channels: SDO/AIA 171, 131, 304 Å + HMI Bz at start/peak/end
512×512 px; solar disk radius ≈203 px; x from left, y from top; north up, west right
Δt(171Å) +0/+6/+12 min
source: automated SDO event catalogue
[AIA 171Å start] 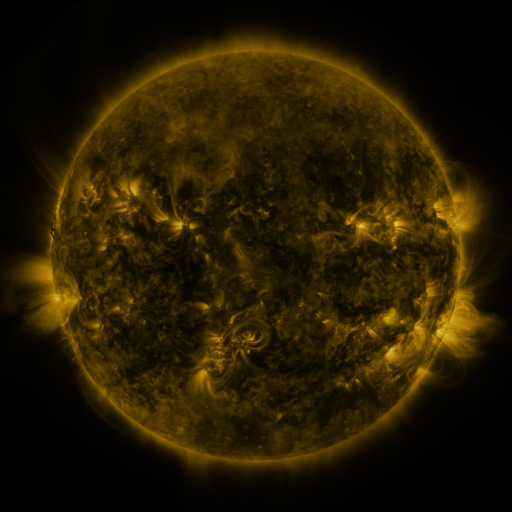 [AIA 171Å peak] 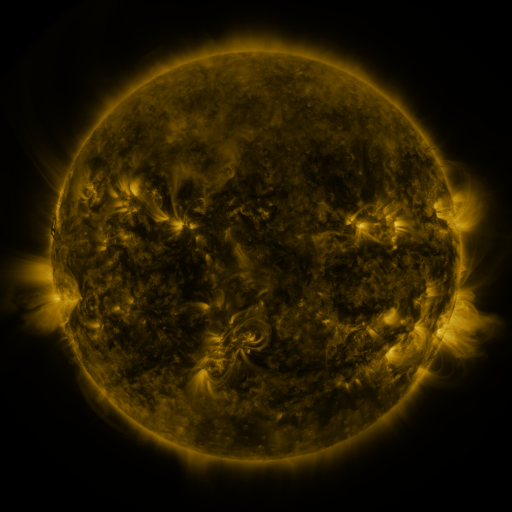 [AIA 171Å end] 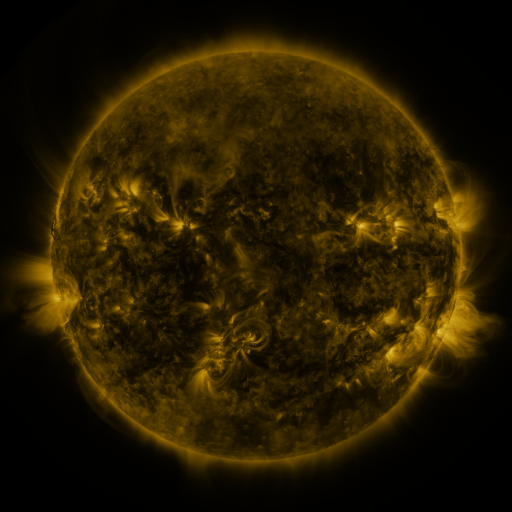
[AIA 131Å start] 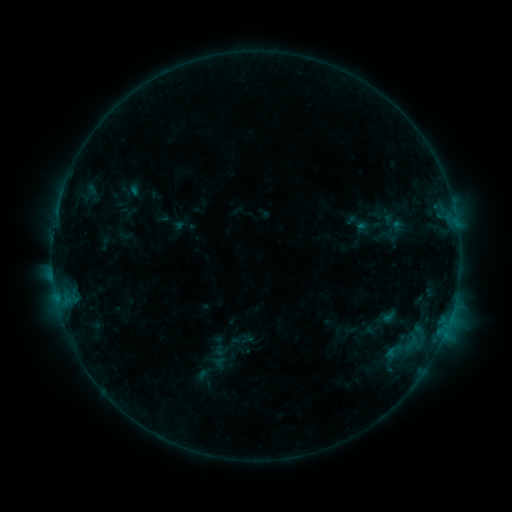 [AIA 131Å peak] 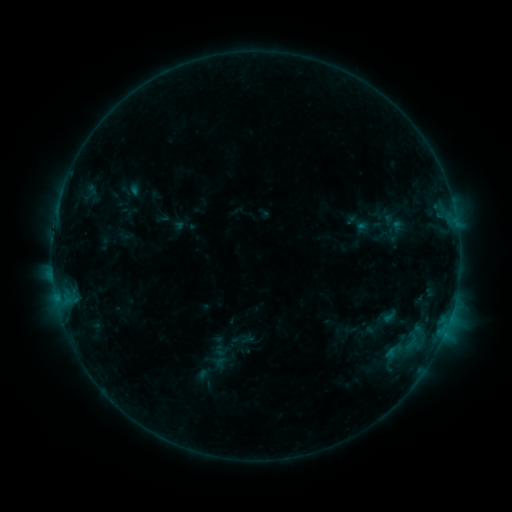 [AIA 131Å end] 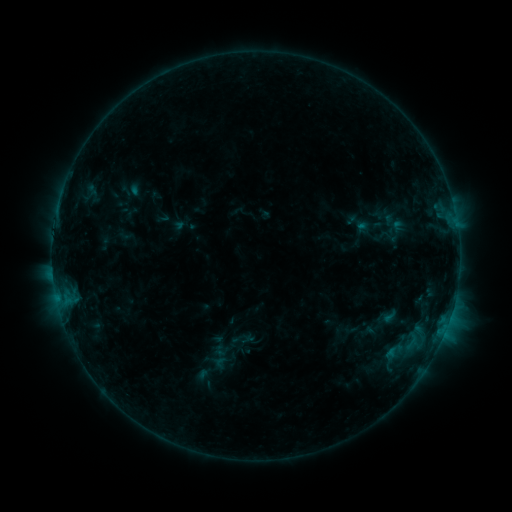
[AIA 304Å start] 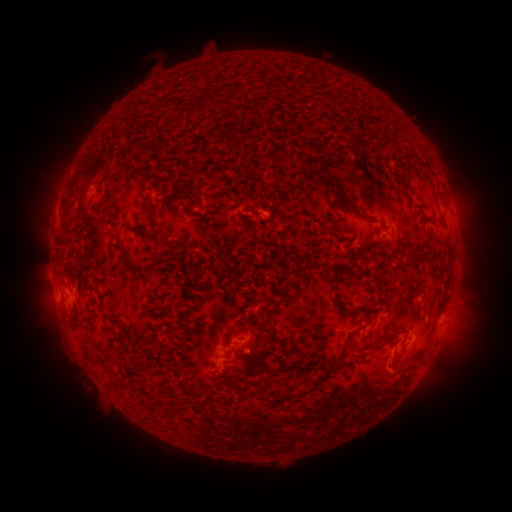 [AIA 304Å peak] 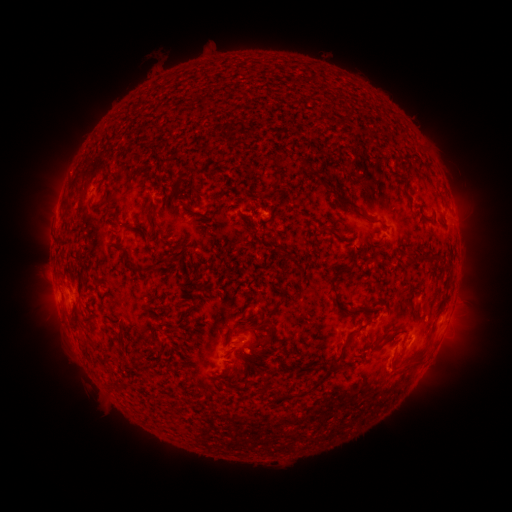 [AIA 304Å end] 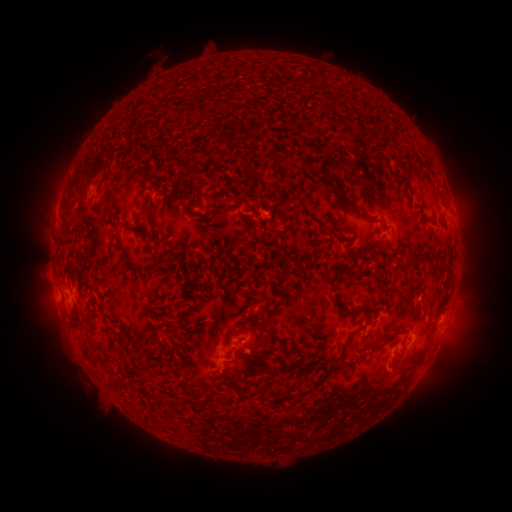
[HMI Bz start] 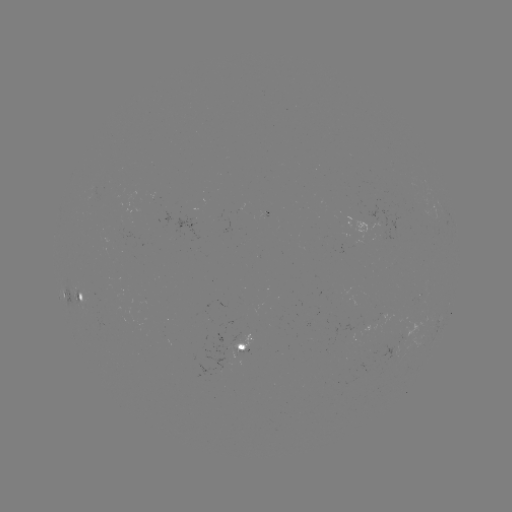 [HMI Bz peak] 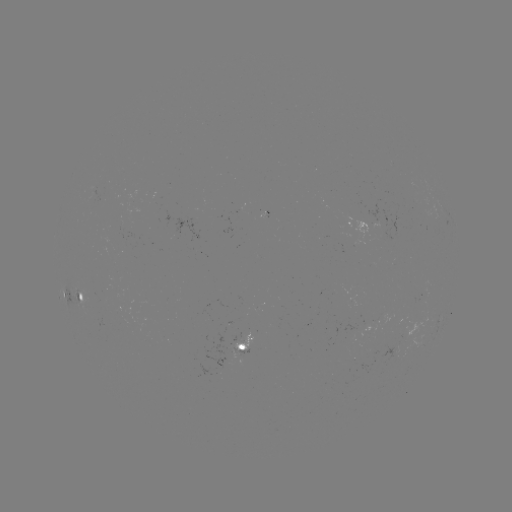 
nothing was catalogued: no classed flare, no EUV trigger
